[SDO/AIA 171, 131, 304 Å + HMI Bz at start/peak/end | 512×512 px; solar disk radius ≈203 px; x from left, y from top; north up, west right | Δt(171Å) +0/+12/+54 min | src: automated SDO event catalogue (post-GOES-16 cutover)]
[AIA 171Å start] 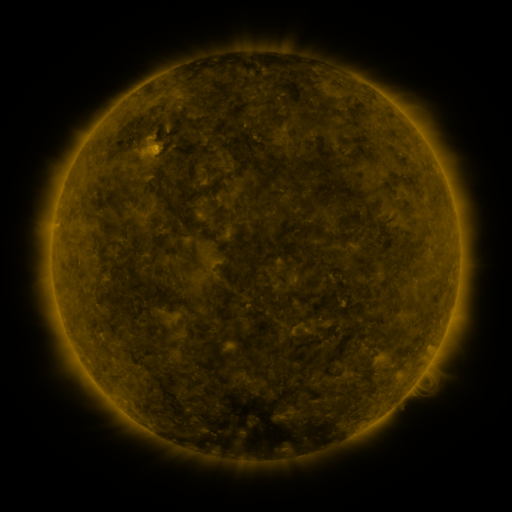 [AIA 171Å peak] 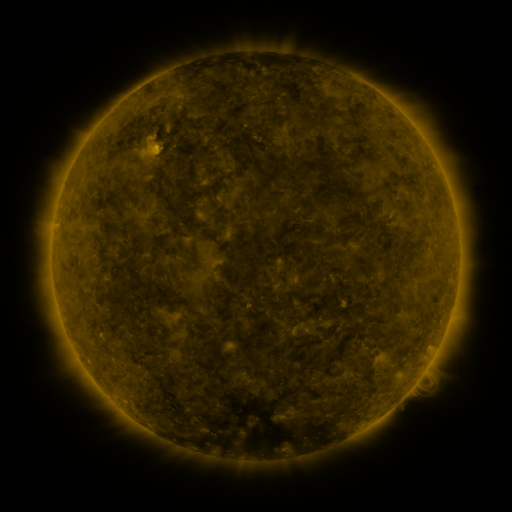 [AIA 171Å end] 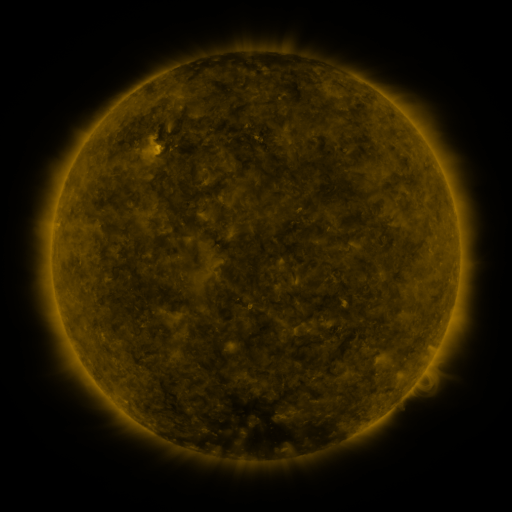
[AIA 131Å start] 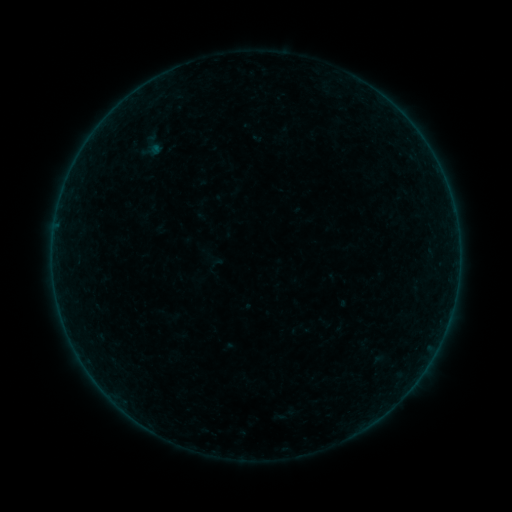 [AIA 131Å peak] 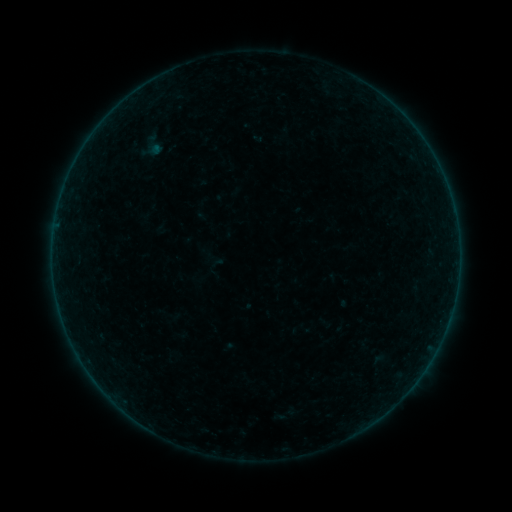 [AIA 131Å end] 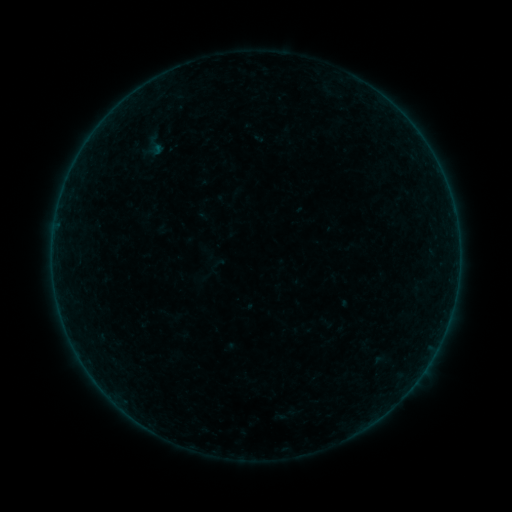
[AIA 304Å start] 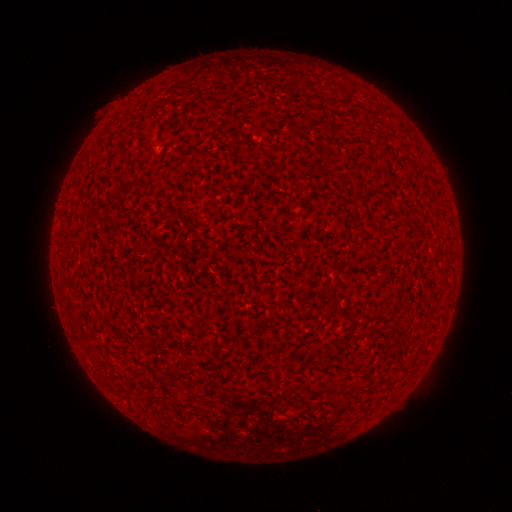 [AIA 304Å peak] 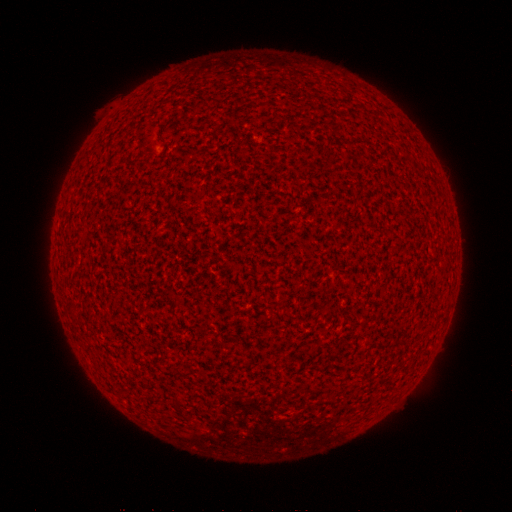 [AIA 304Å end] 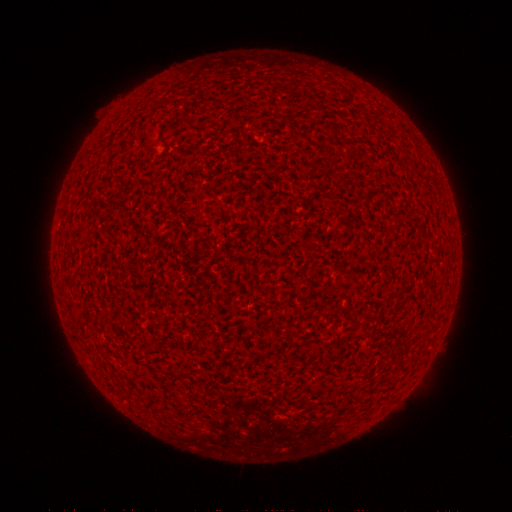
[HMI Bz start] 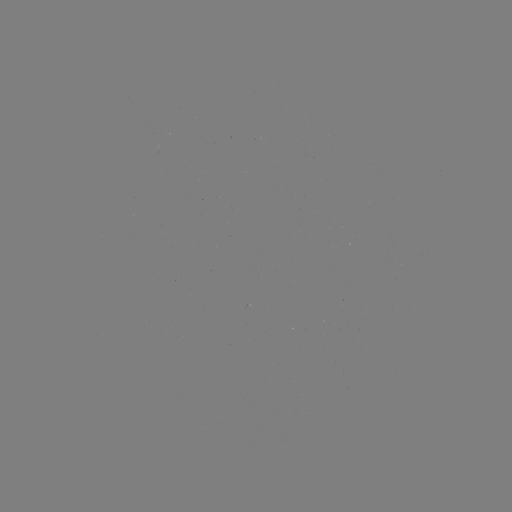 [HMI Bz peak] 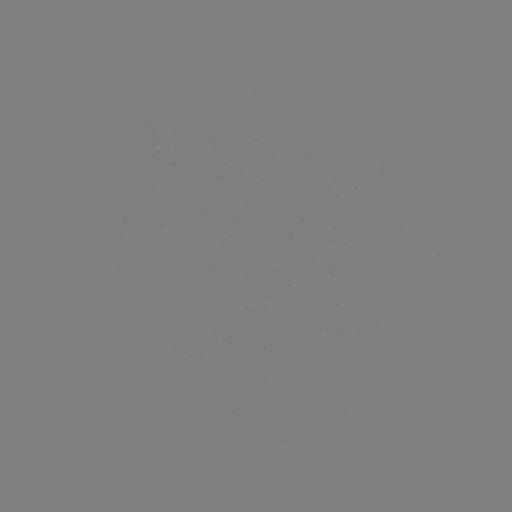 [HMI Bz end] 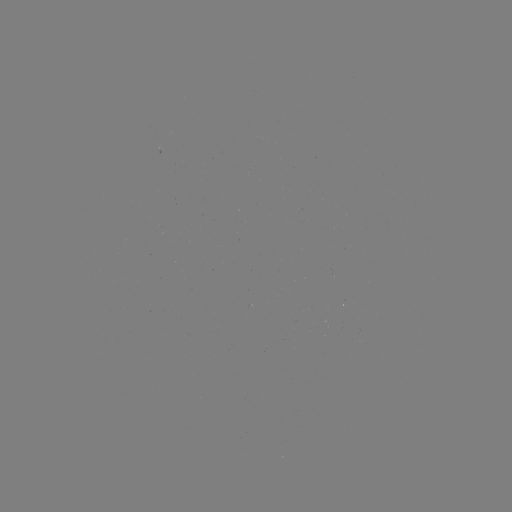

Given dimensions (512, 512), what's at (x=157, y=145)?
A2.1 flare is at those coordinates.